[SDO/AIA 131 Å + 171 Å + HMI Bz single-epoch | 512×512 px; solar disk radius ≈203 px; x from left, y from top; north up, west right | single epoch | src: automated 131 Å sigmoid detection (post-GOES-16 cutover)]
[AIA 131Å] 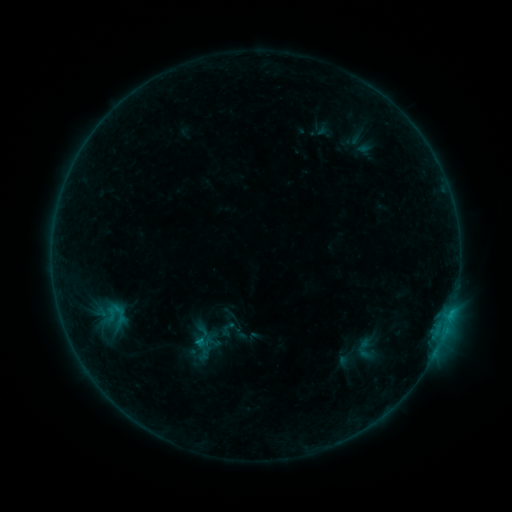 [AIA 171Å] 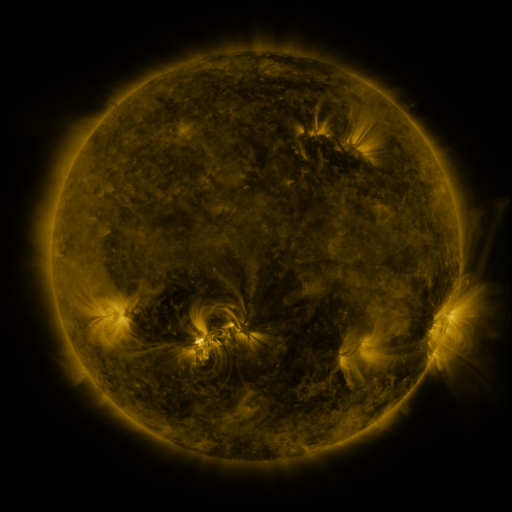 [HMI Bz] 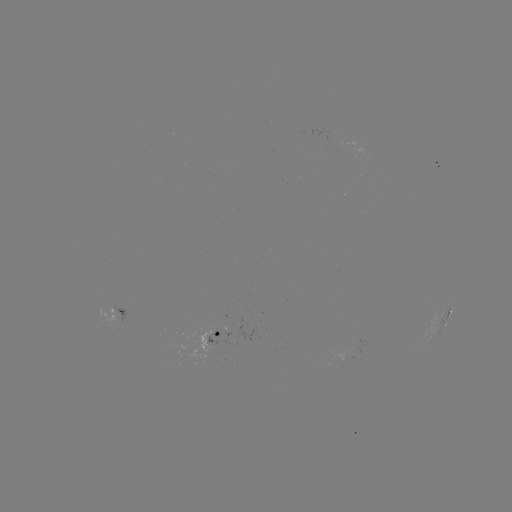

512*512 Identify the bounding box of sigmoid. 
[188, 328, 216, 350].